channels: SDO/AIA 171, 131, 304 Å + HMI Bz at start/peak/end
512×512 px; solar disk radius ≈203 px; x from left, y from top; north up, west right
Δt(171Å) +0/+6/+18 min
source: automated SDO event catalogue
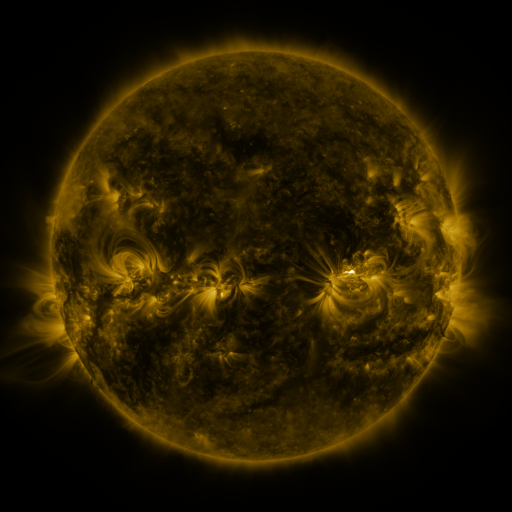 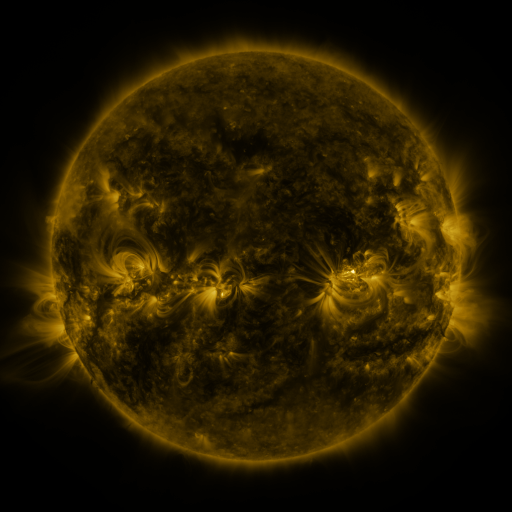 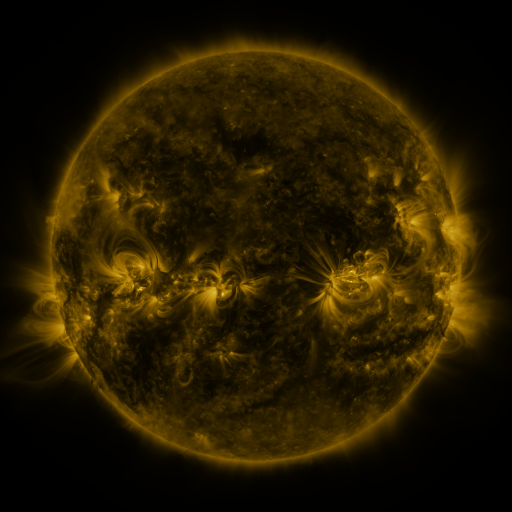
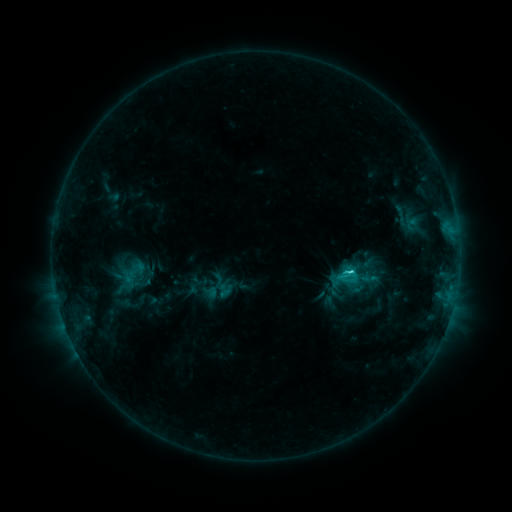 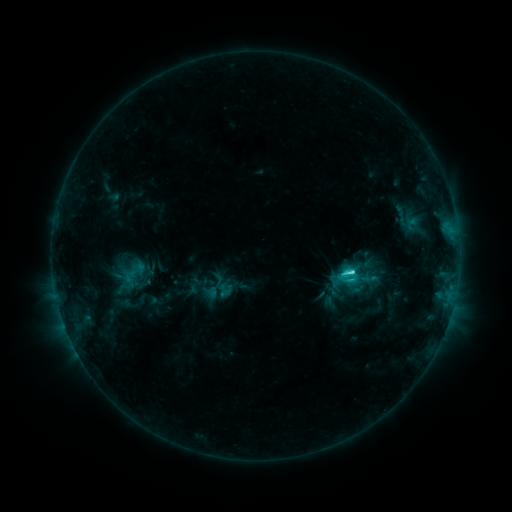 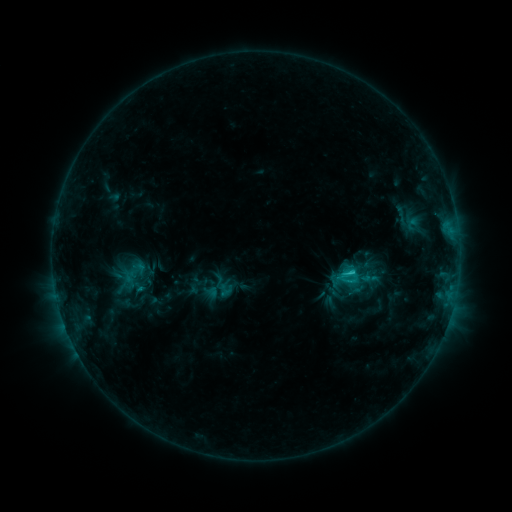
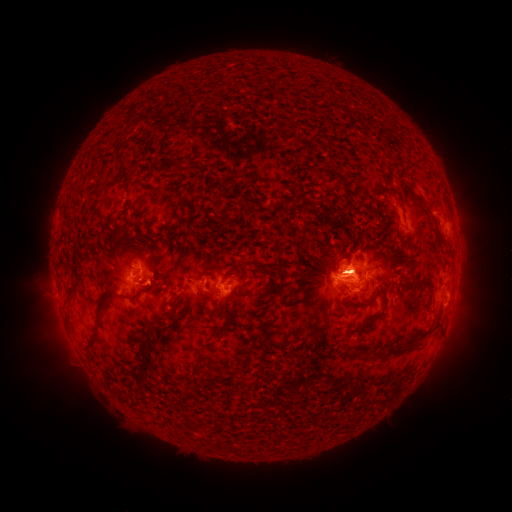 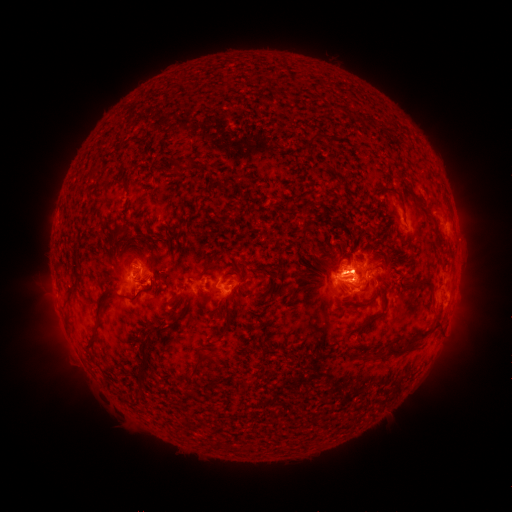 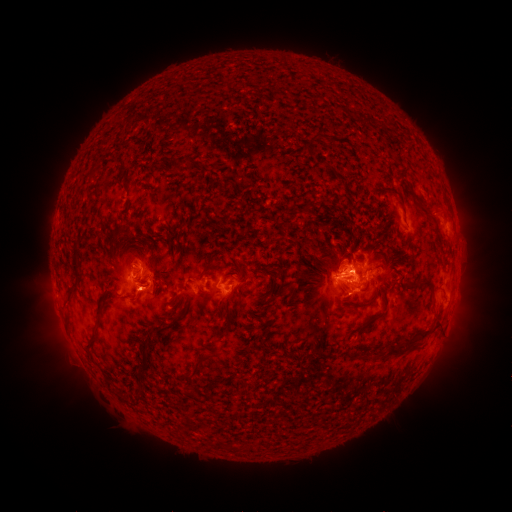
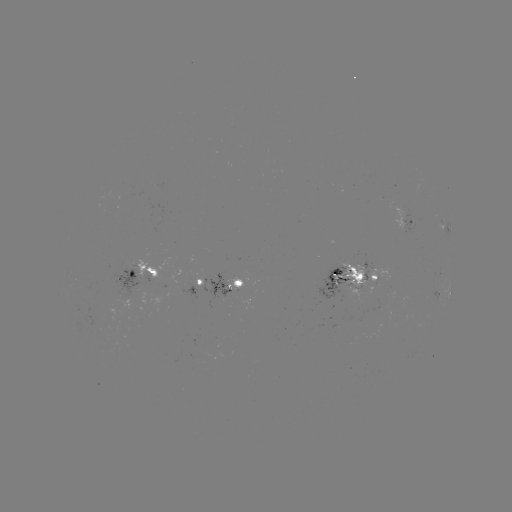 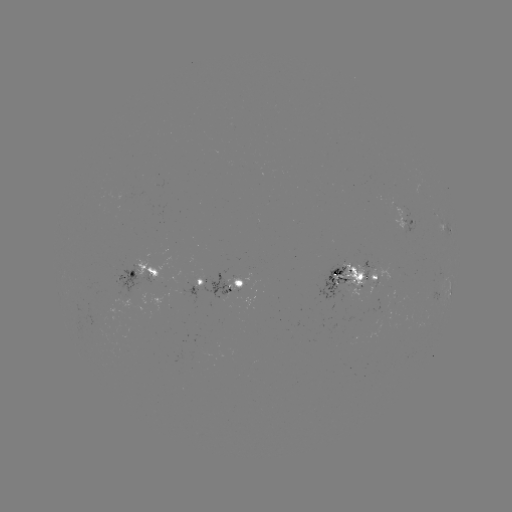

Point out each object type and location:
eruption: (140, 294)
